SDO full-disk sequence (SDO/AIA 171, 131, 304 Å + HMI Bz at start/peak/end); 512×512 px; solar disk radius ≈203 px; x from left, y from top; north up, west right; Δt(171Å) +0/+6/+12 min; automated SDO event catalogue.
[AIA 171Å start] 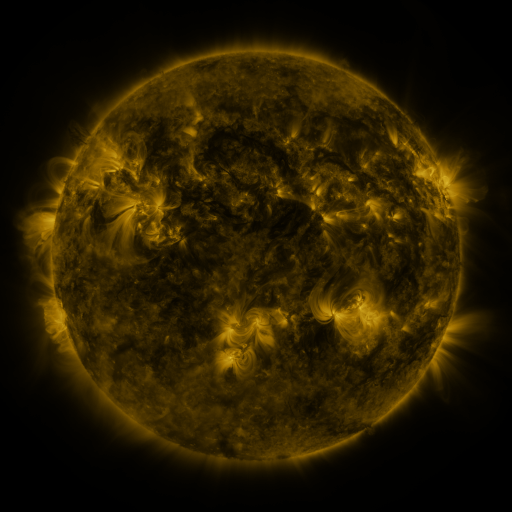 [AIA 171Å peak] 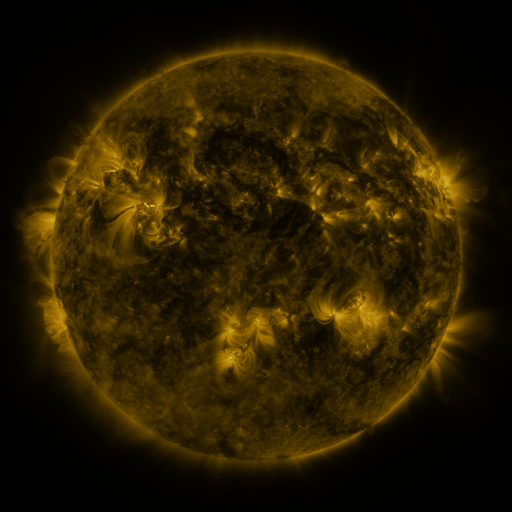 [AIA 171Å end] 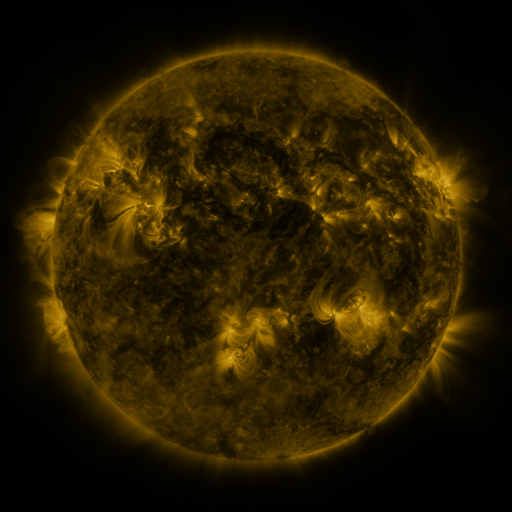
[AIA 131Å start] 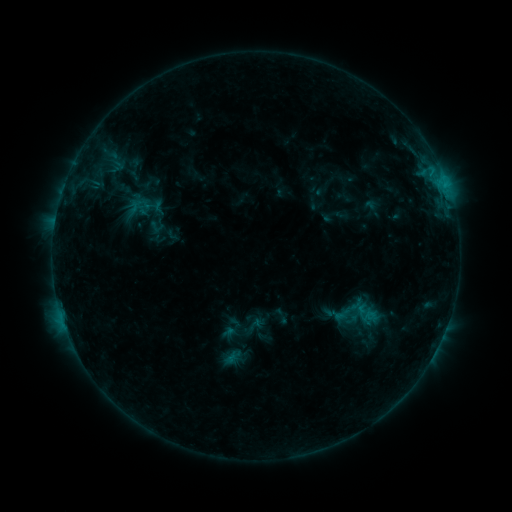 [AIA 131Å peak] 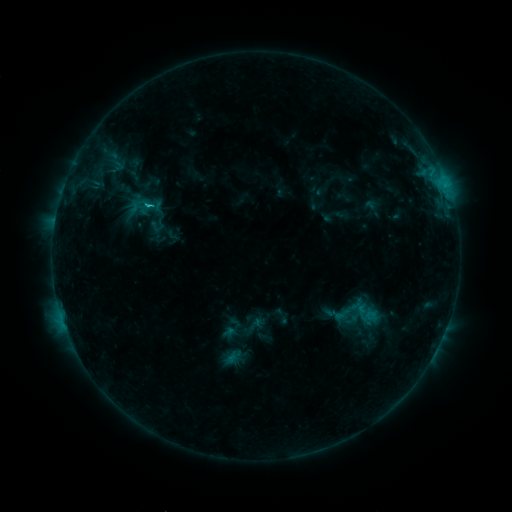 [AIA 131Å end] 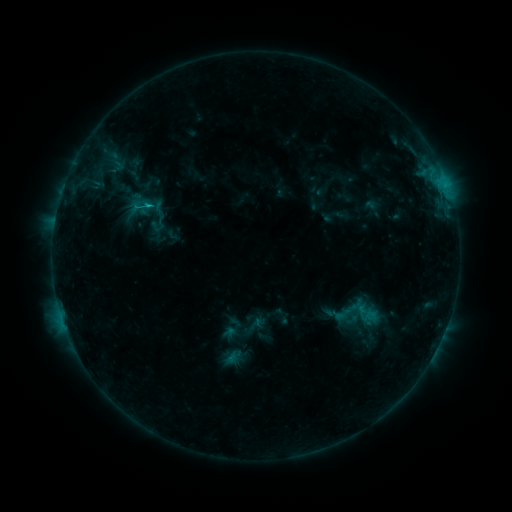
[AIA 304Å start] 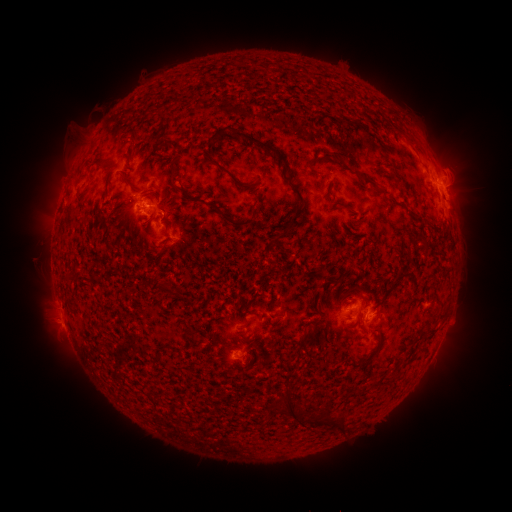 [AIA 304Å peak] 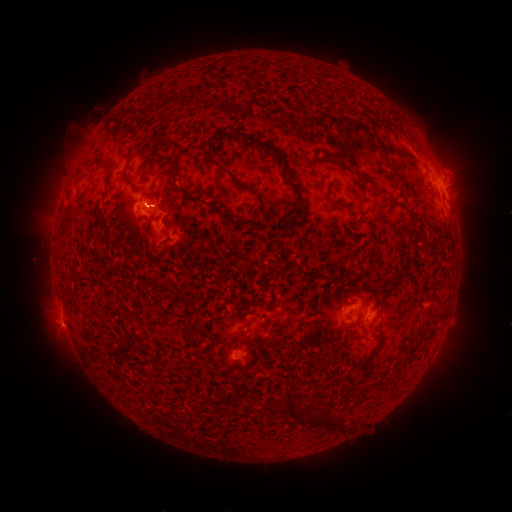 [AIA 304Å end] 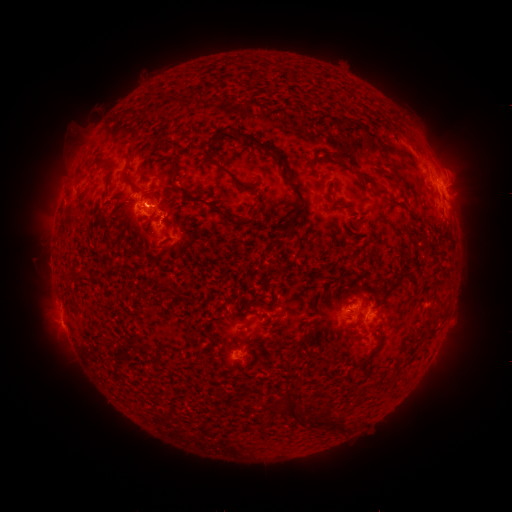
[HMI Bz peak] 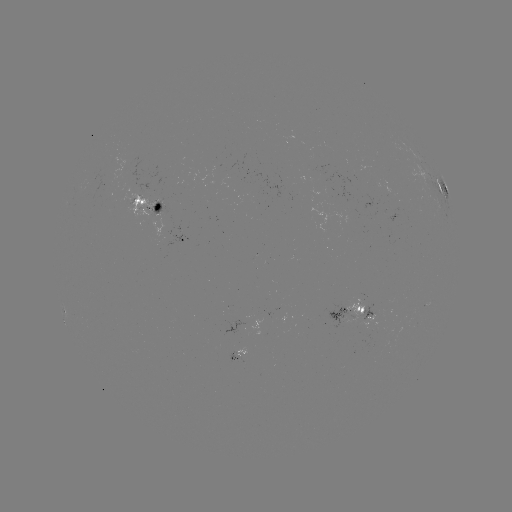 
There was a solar flare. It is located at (150, 207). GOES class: C1.5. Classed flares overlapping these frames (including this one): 1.